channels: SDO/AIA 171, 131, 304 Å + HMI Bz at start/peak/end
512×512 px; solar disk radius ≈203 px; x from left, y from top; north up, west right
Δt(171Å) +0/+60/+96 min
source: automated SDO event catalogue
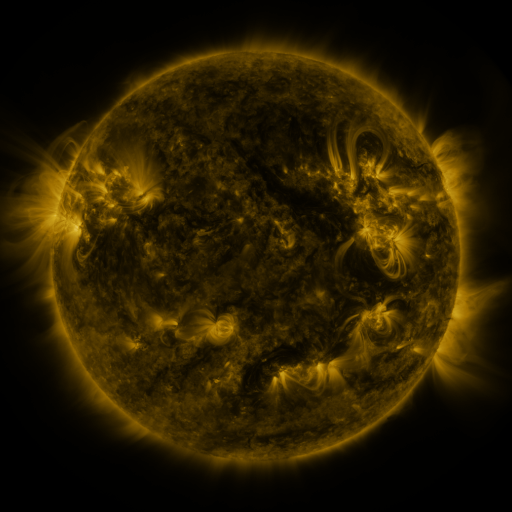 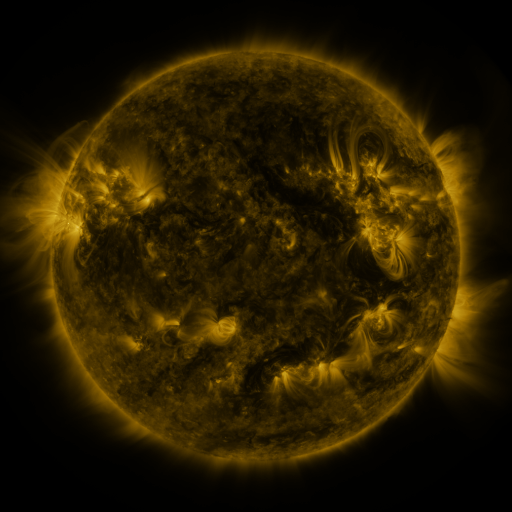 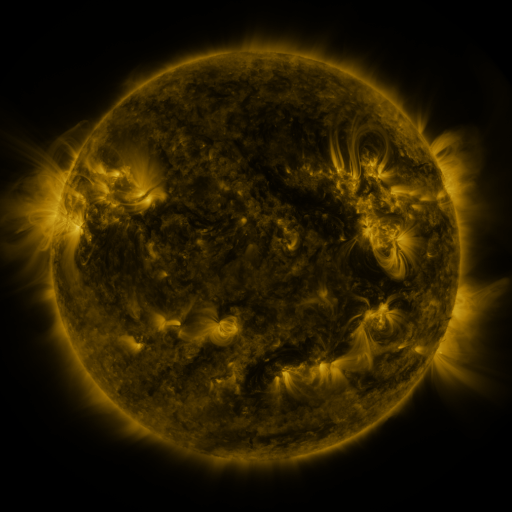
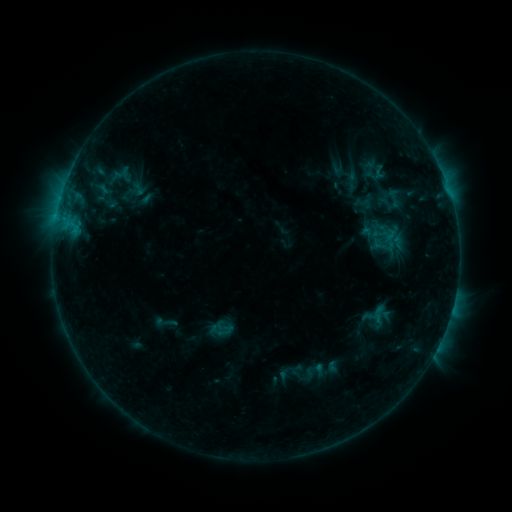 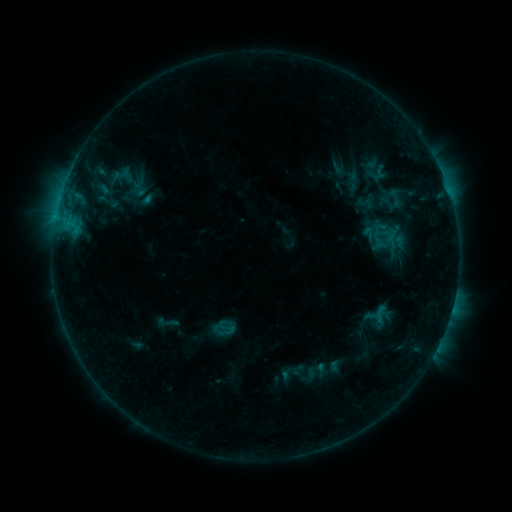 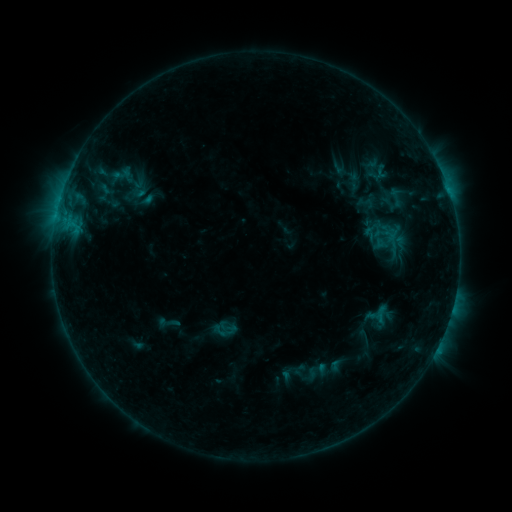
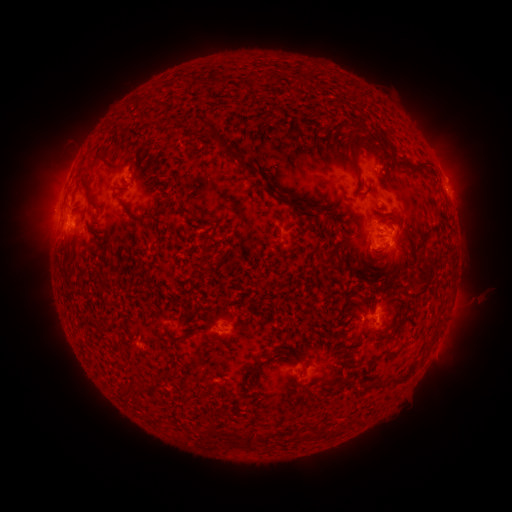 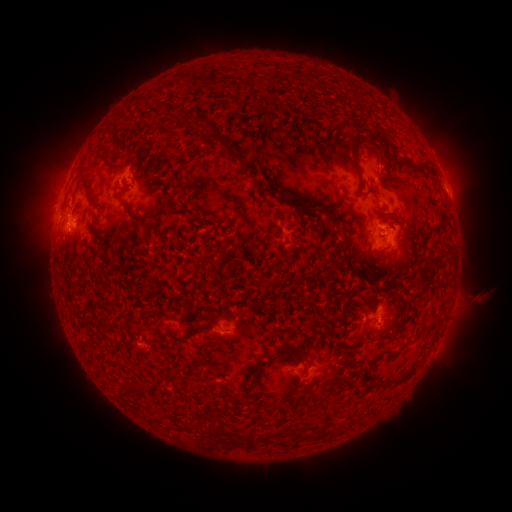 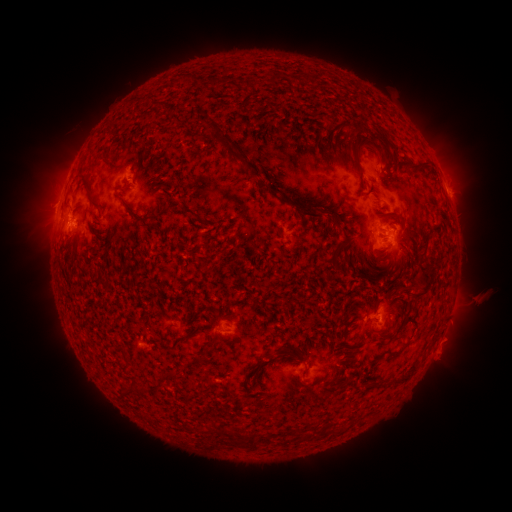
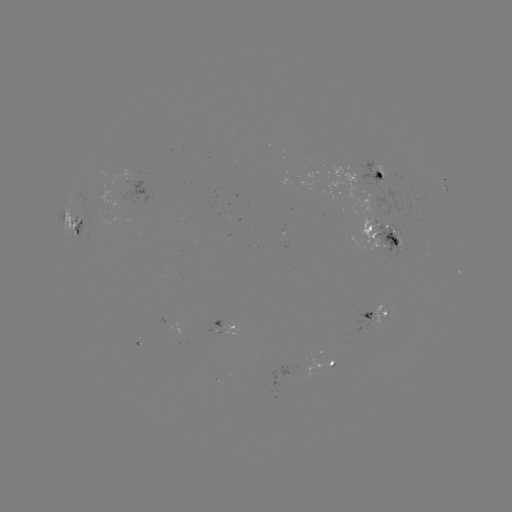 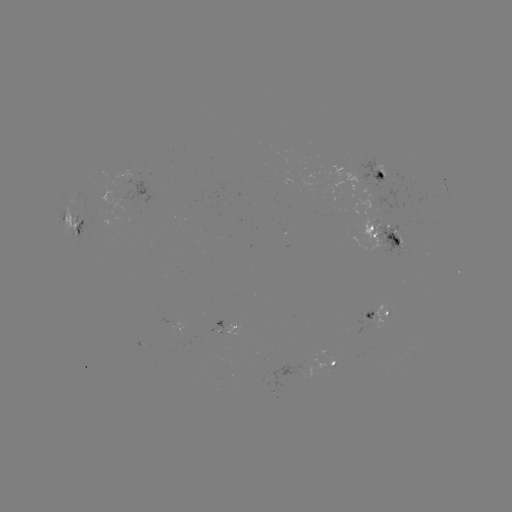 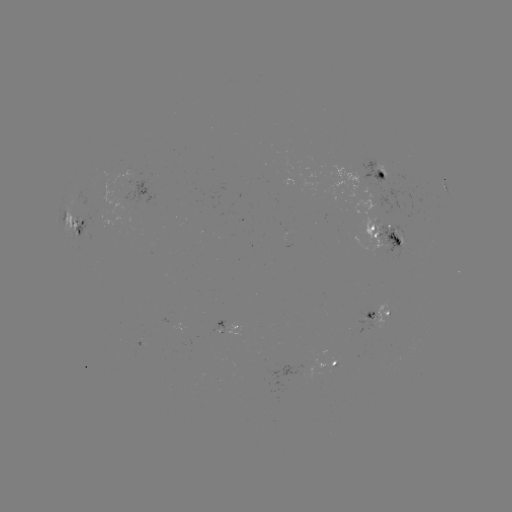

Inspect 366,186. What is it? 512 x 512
emerging-flux region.